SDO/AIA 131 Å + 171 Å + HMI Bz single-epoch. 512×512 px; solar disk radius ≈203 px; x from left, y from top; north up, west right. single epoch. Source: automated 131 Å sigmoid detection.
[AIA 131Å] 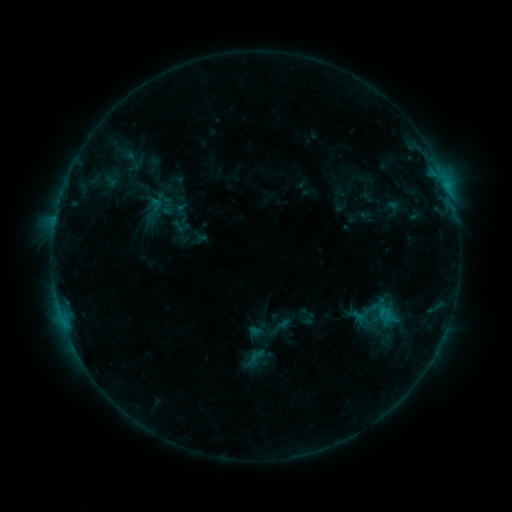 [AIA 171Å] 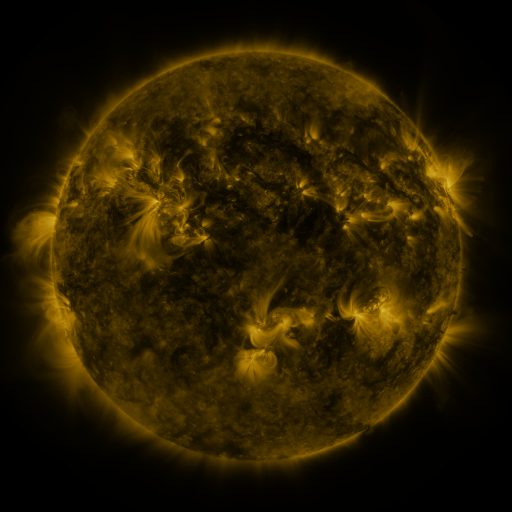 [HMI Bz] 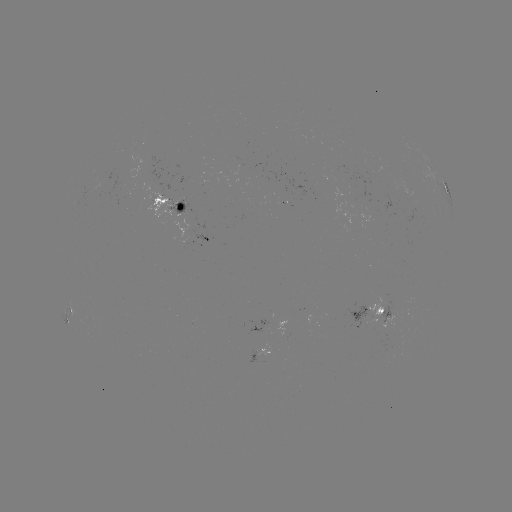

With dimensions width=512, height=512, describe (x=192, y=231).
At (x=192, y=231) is sigmoid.